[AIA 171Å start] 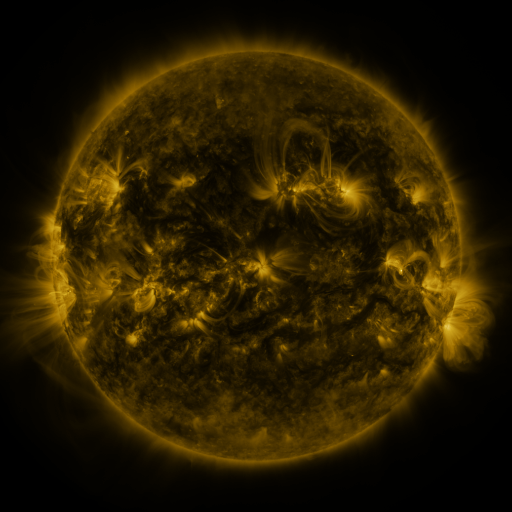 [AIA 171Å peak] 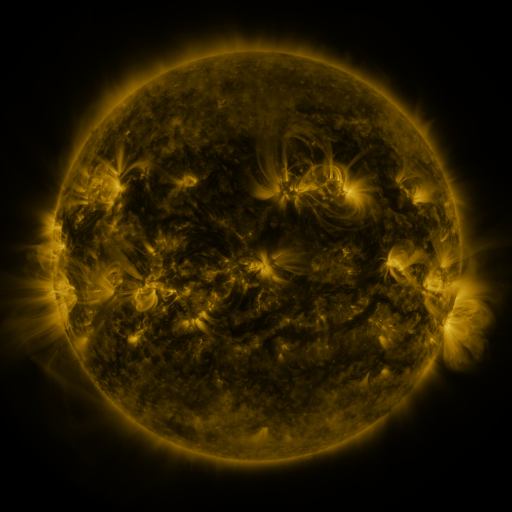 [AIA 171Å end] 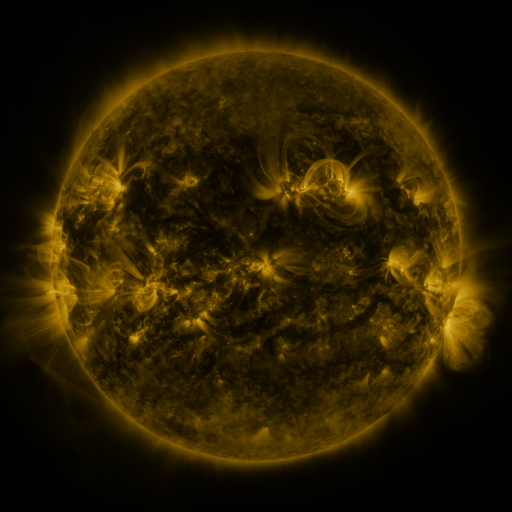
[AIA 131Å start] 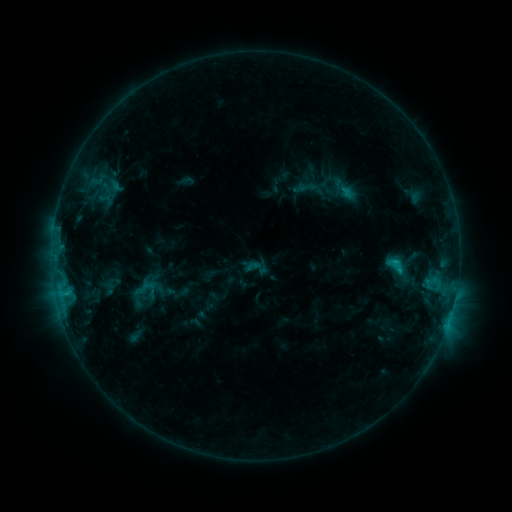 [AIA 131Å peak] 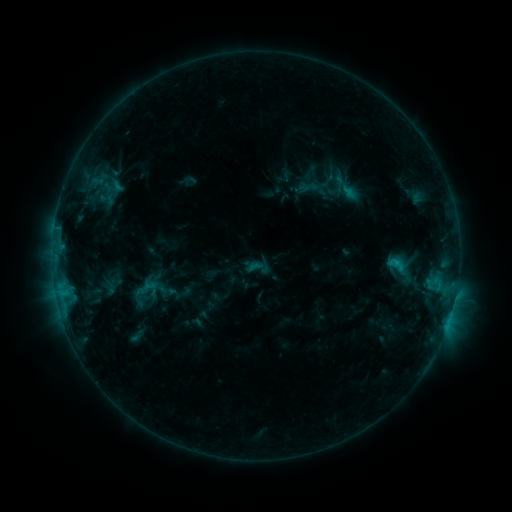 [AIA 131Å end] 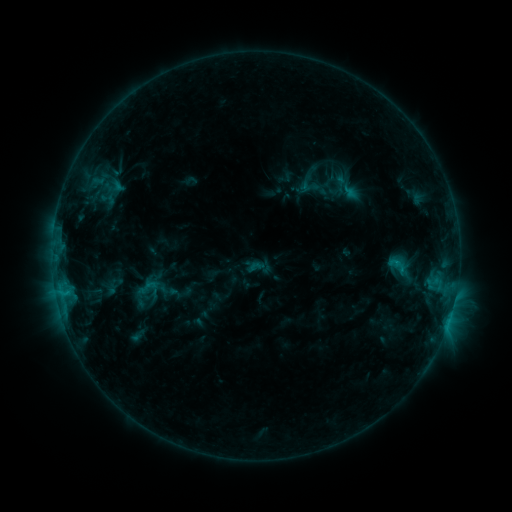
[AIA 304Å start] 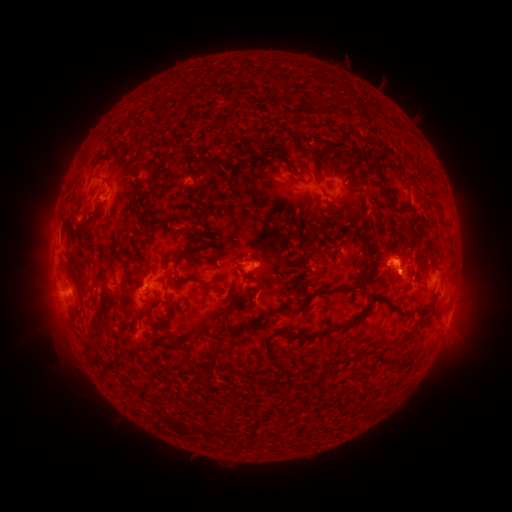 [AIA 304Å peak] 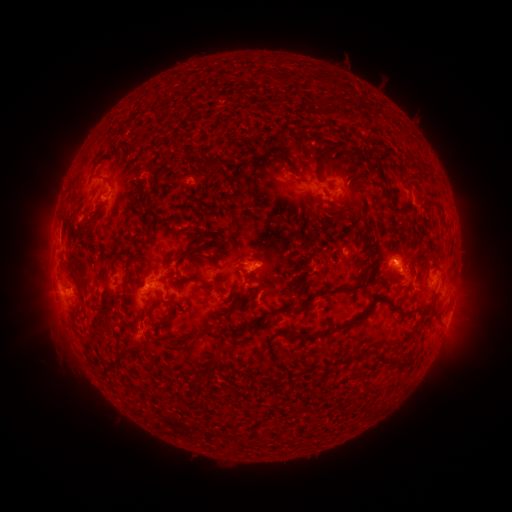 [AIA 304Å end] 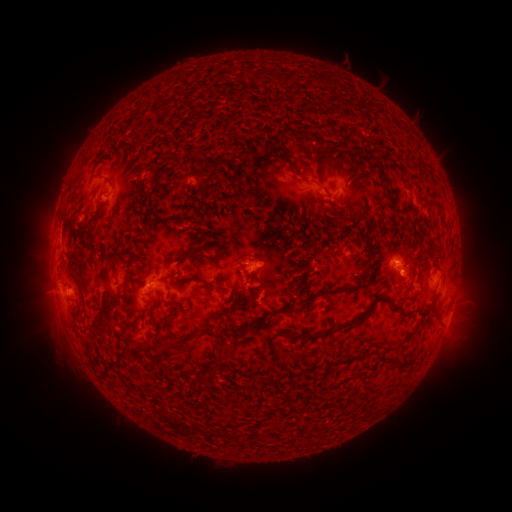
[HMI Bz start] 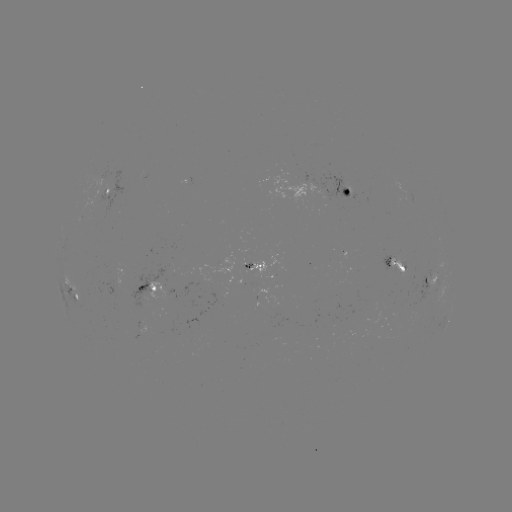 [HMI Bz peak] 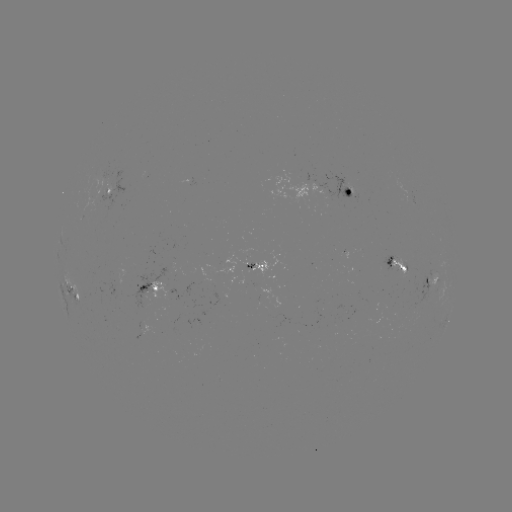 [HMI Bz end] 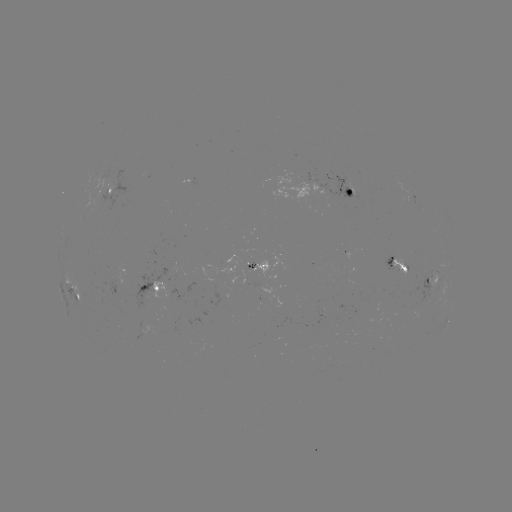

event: emerging-flux region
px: (408, 198)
